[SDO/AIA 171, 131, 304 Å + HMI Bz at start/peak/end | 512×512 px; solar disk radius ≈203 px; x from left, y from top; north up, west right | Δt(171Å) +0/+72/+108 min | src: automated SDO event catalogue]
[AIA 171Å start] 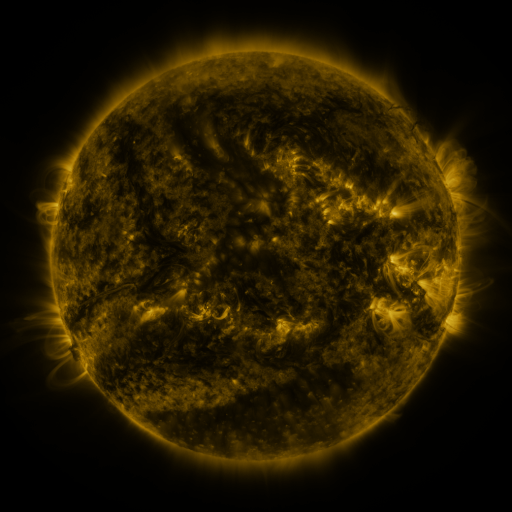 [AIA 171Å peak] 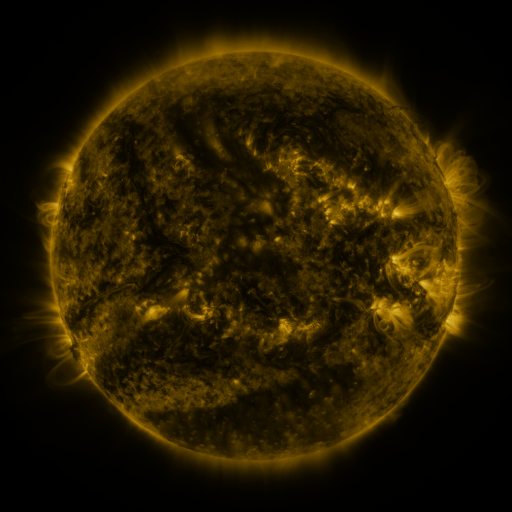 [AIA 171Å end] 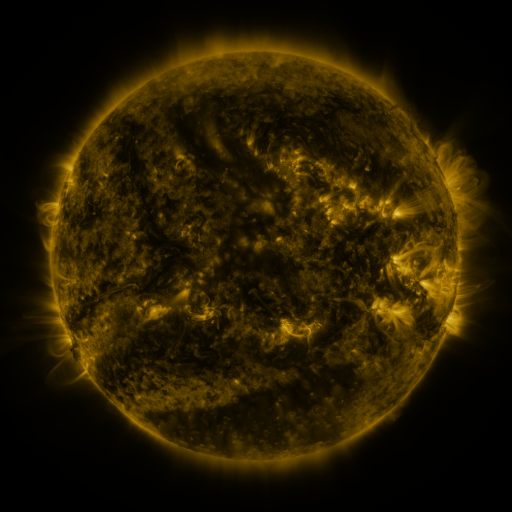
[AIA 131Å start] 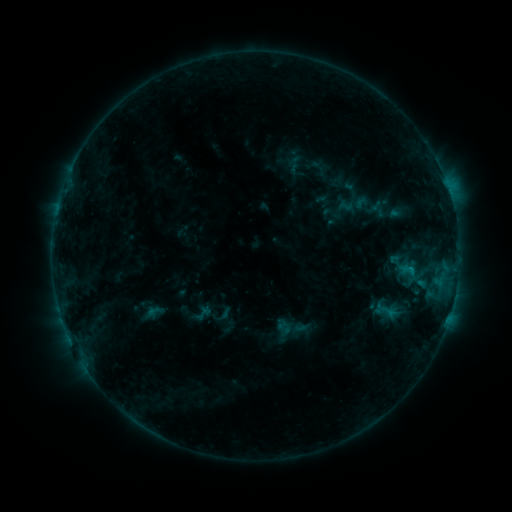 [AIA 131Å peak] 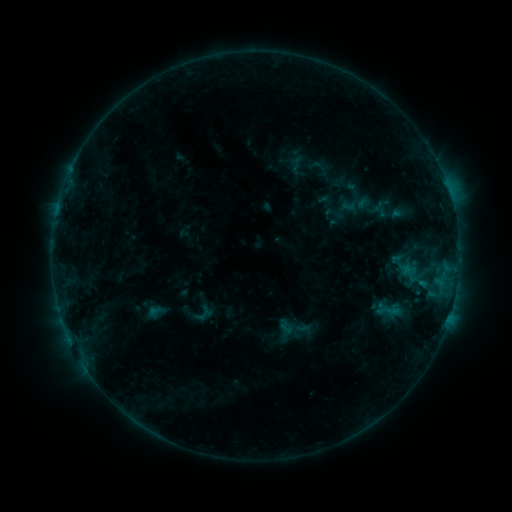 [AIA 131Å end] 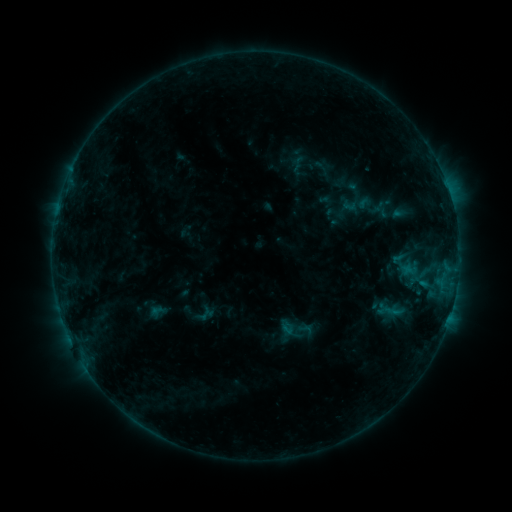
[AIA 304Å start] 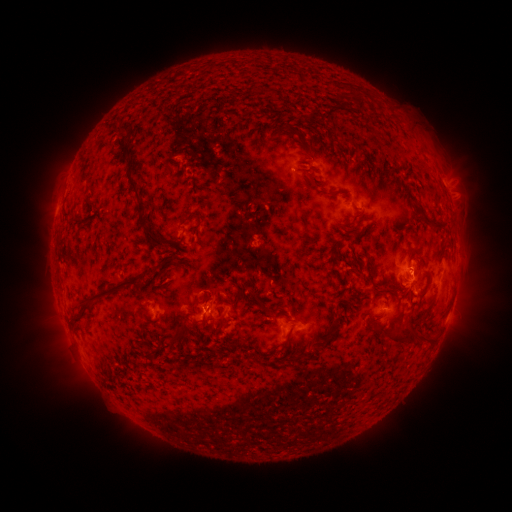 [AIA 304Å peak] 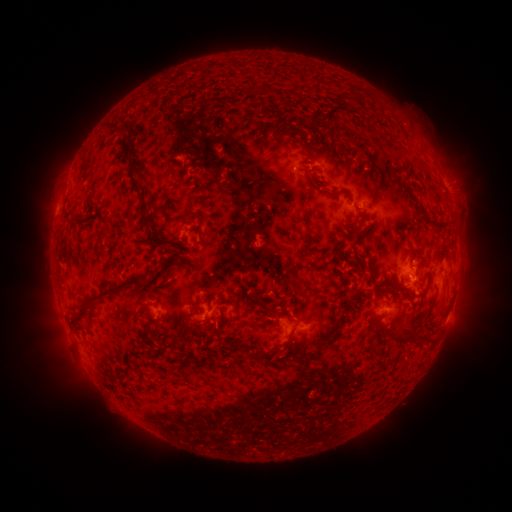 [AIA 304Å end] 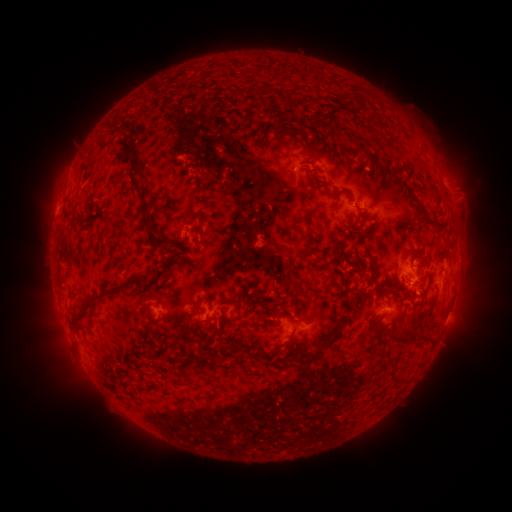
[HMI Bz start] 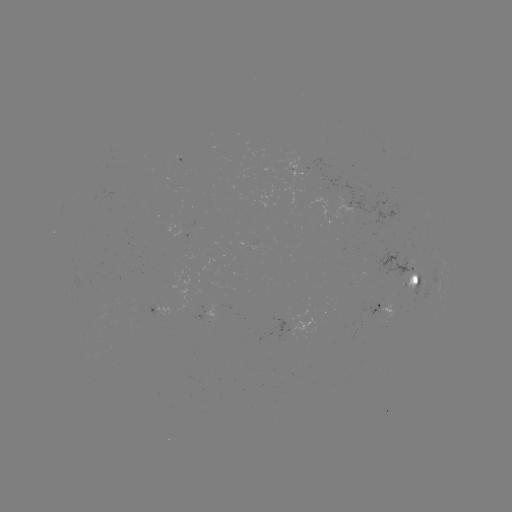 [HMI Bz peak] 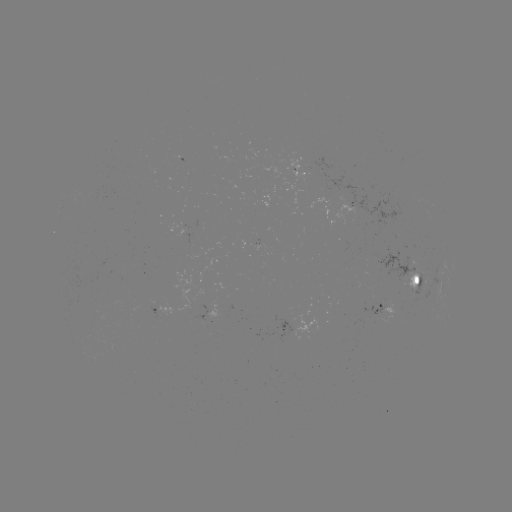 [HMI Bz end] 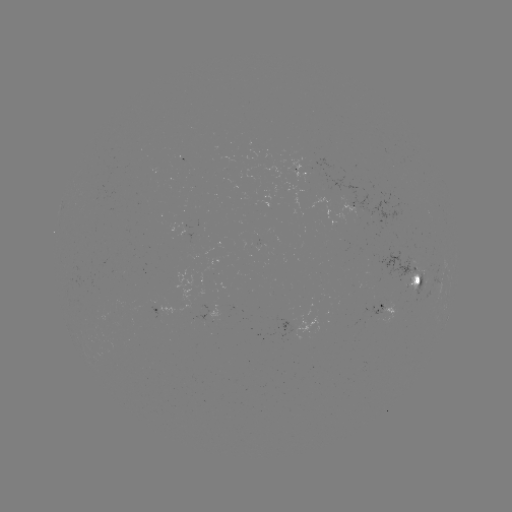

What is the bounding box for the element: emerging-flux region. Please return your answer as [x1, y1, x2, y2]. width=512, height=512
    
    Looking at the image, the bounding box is [361, 302, 382, 318].